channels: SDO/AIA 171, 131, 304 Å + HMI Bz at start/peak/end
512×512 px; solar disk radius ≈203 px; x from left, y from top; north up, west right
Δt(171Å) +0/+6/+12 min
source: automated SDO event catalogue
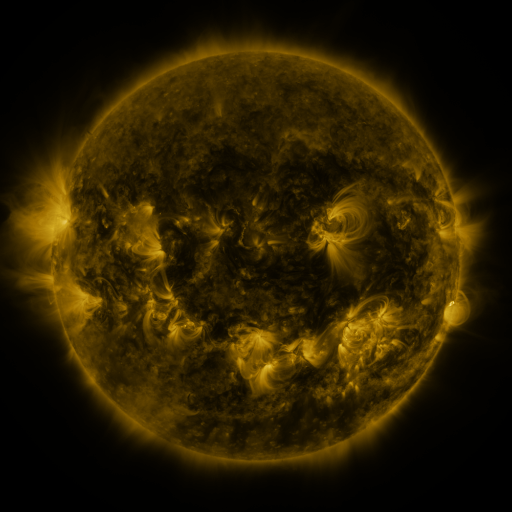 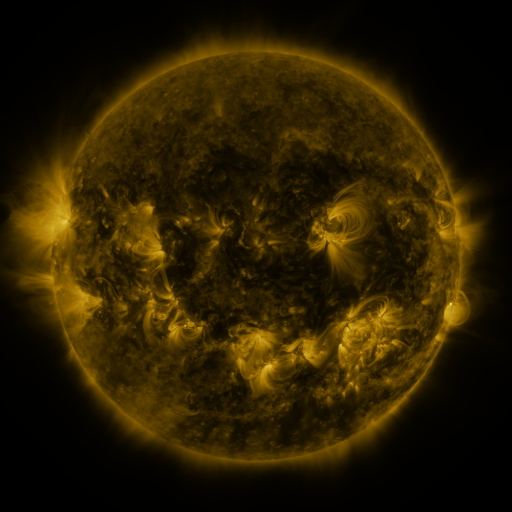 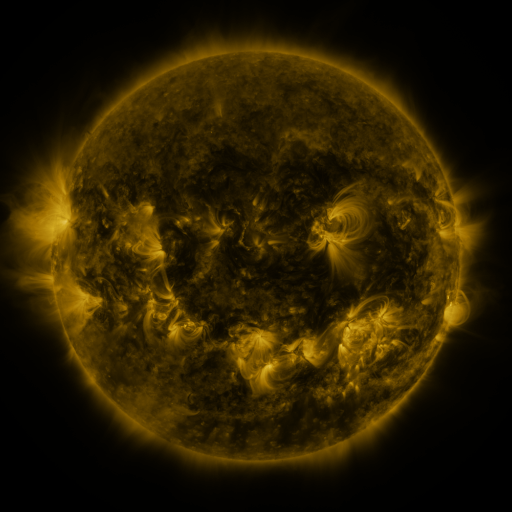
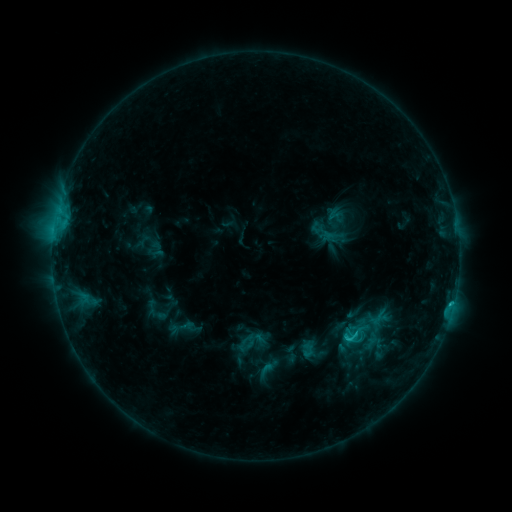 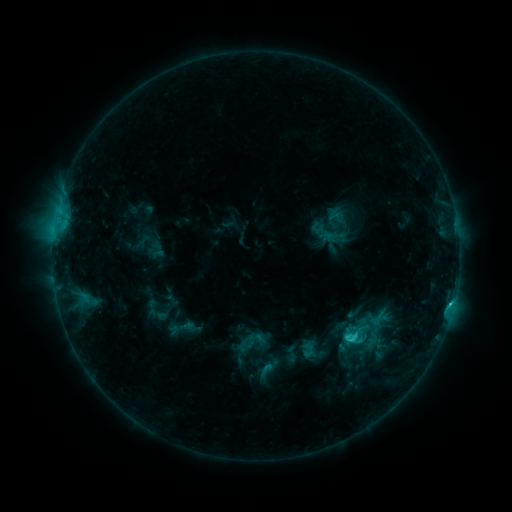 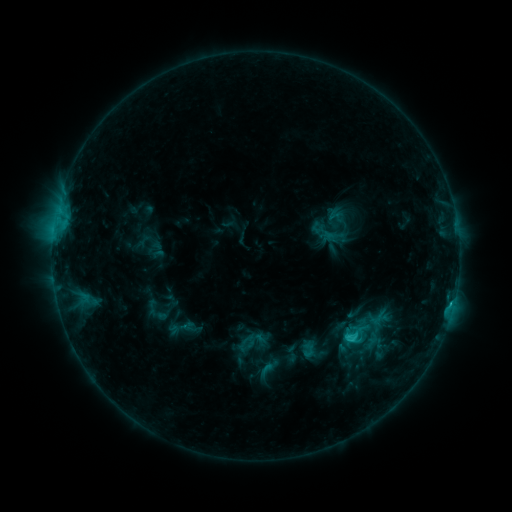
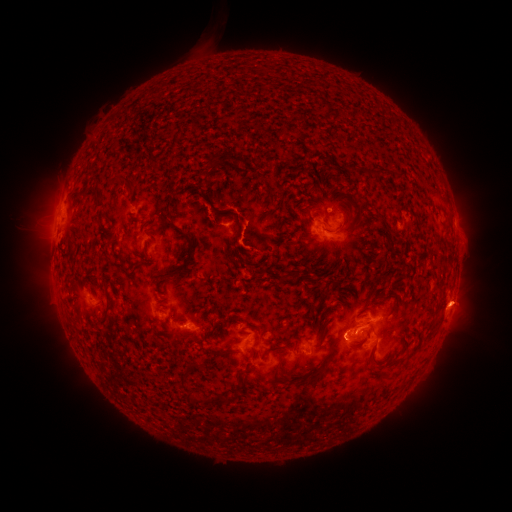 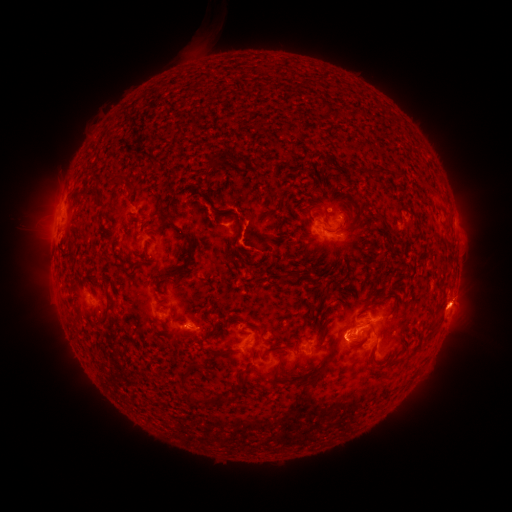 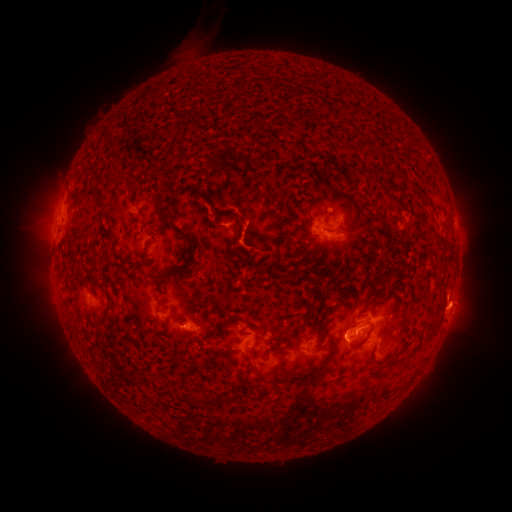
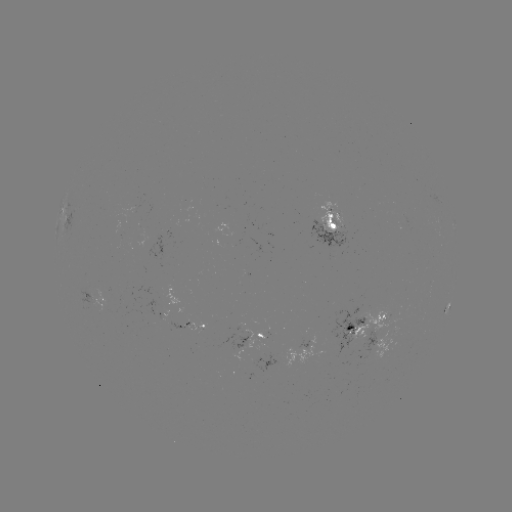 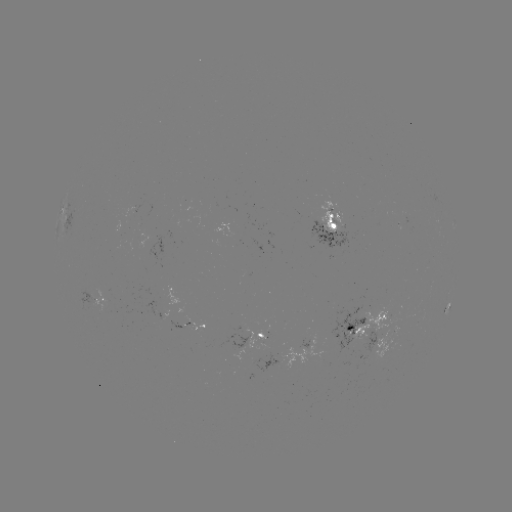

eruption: <bbox>433, 272, 483, 335</bbox>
